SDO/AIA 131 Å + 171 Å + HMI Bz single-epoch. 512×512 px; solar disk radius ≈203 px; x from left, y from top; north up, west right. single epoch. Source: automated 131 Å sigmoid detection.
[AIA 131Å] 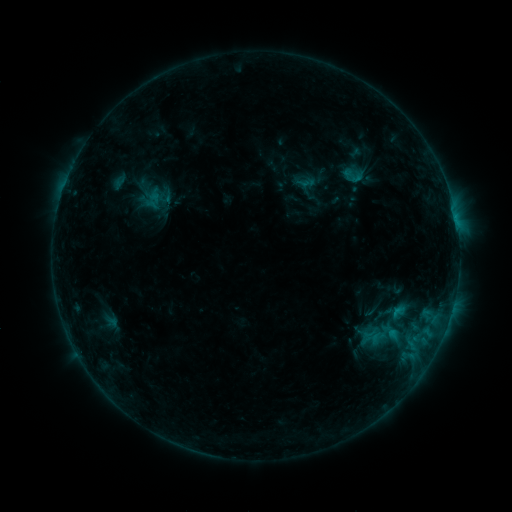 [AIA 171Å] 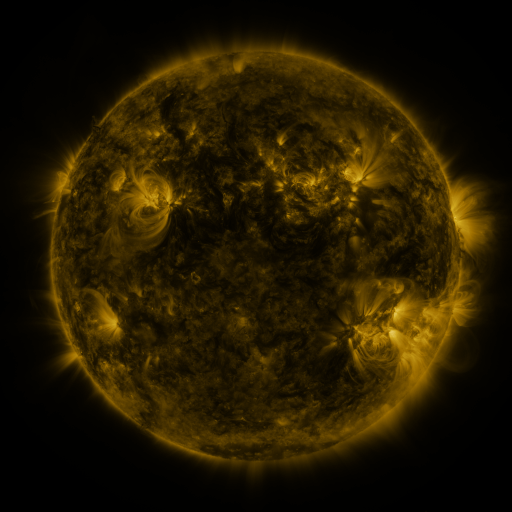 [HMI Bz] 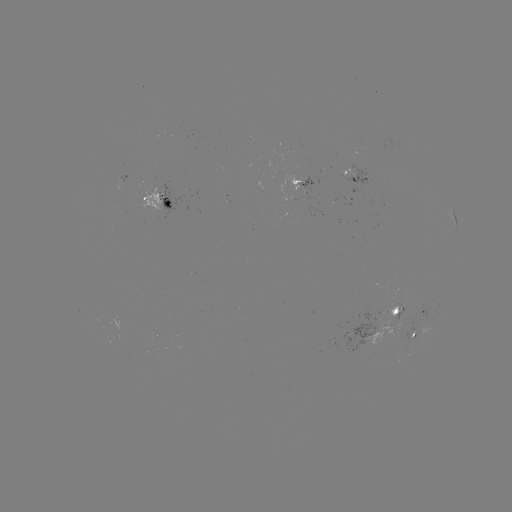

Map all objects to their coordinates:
sigmoid: (337, 164, 368, 188)
